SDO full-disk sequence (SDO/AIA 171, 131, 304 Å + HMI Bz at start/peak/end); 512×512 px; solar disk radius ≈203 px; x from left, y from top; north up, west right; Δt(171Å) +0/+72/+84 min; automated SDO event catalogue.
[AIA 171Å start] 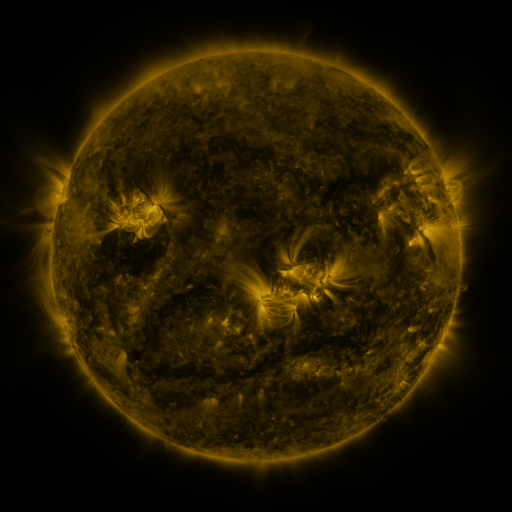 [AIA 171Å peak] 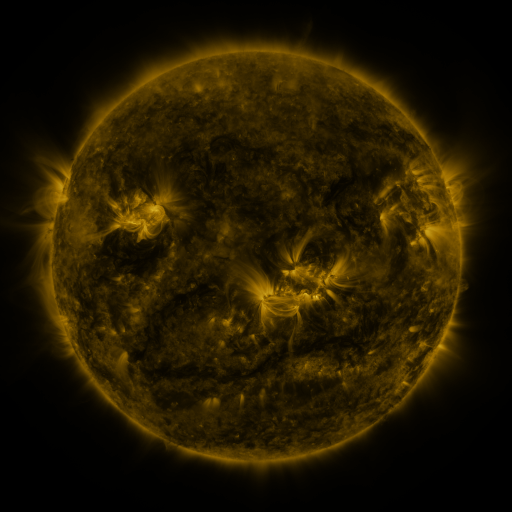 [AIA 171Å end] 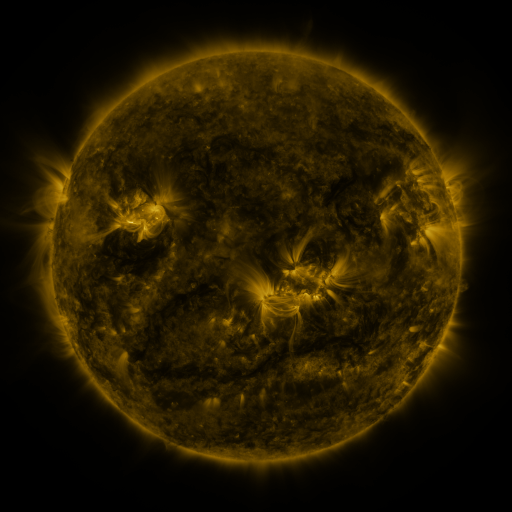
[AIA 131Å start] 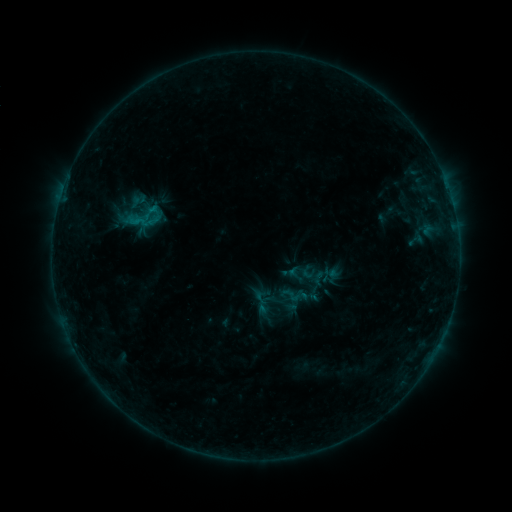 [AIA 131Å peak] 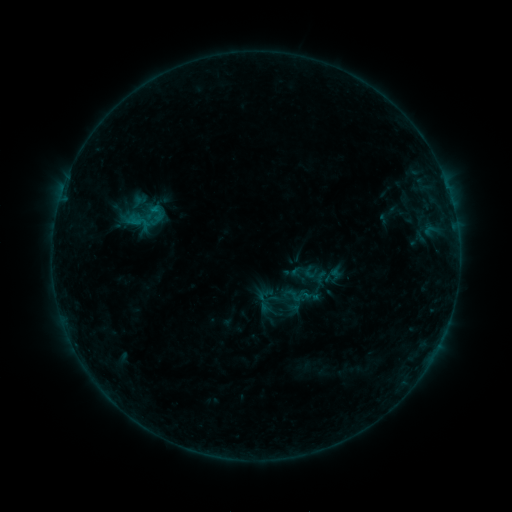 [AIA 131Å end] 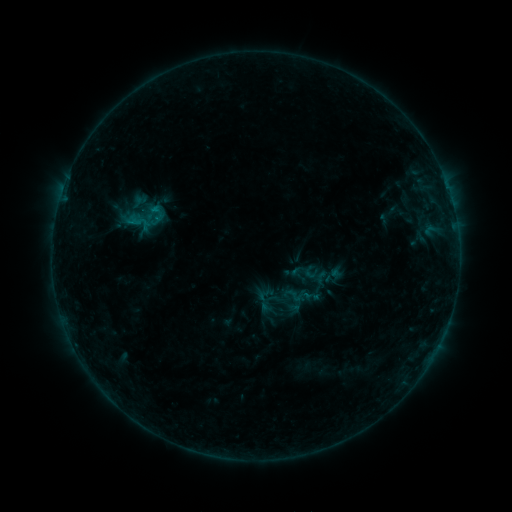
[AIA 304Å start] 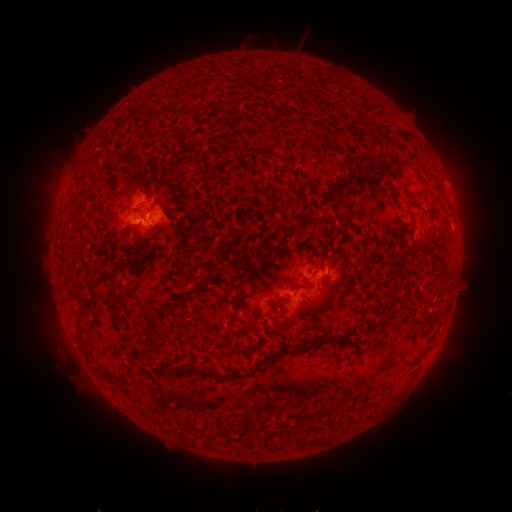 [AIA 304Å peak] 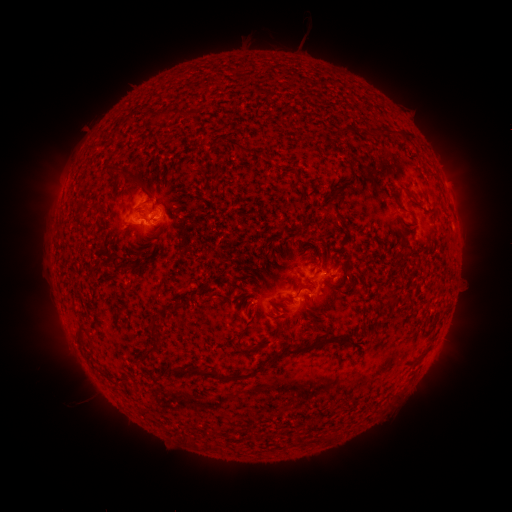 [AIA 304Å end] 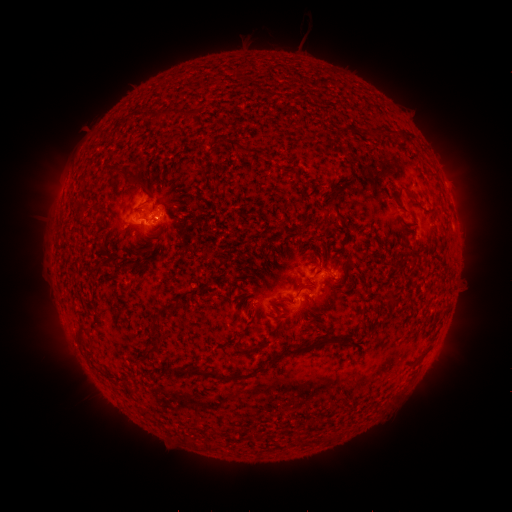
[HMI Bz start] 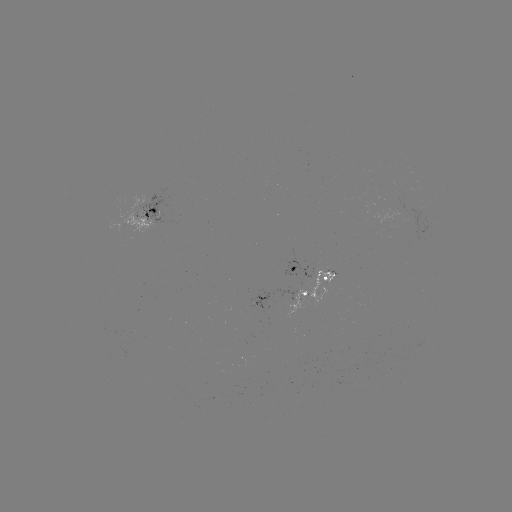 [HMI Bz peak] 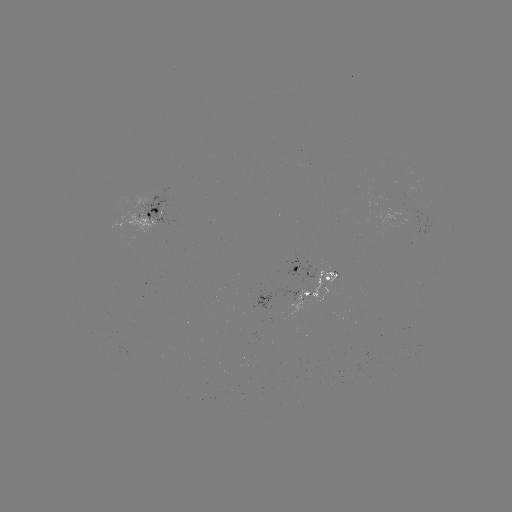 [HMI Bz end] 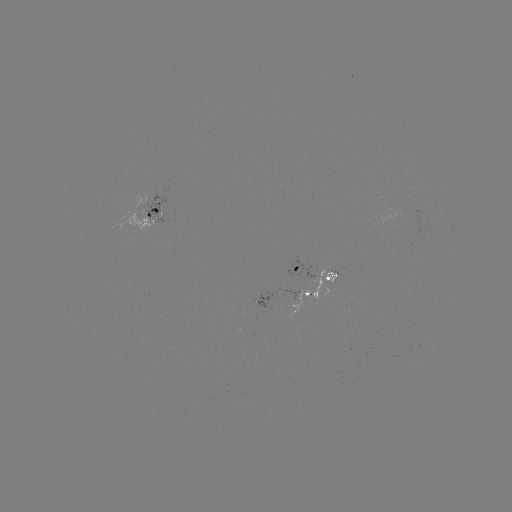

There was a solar emerging-flux region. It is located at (305, 299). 